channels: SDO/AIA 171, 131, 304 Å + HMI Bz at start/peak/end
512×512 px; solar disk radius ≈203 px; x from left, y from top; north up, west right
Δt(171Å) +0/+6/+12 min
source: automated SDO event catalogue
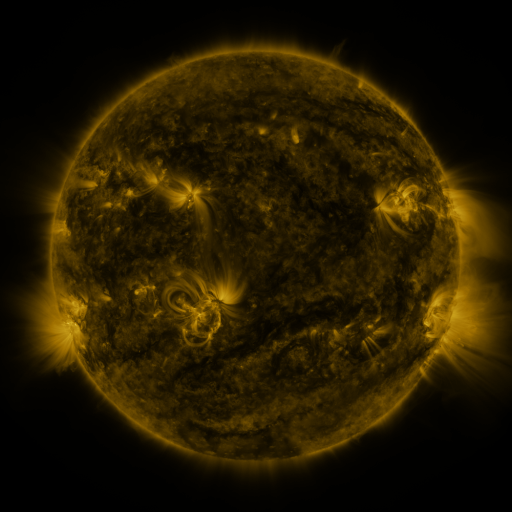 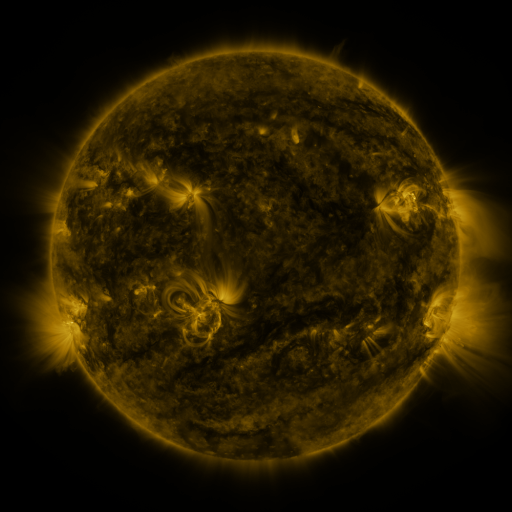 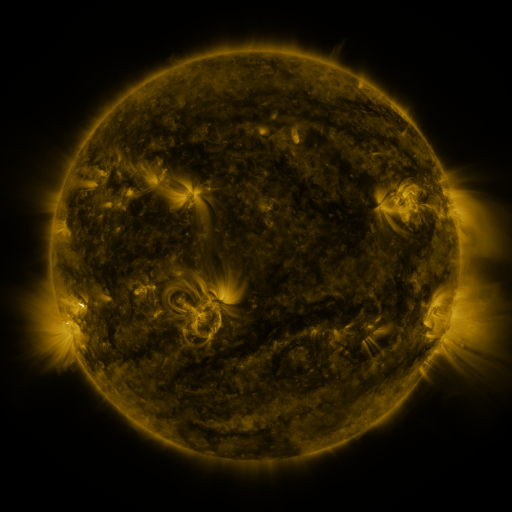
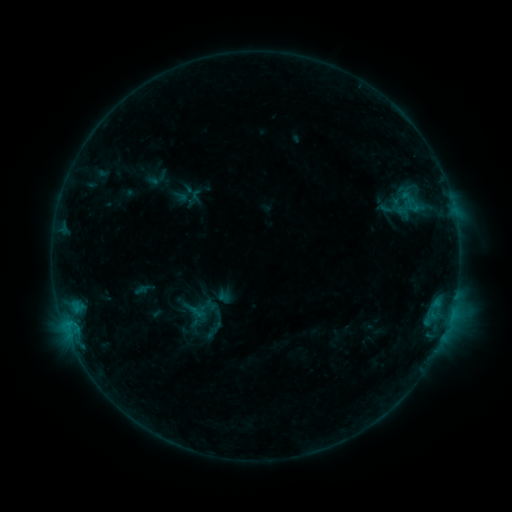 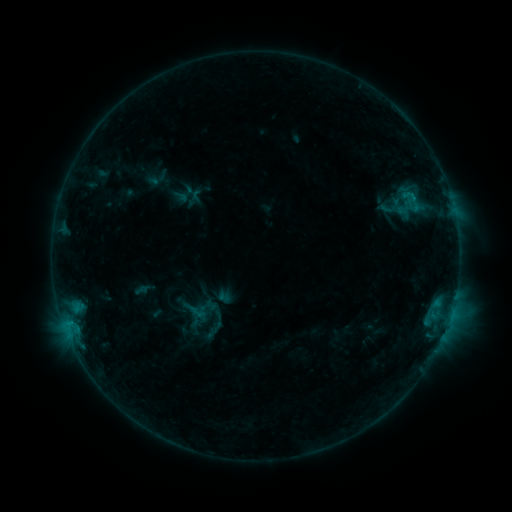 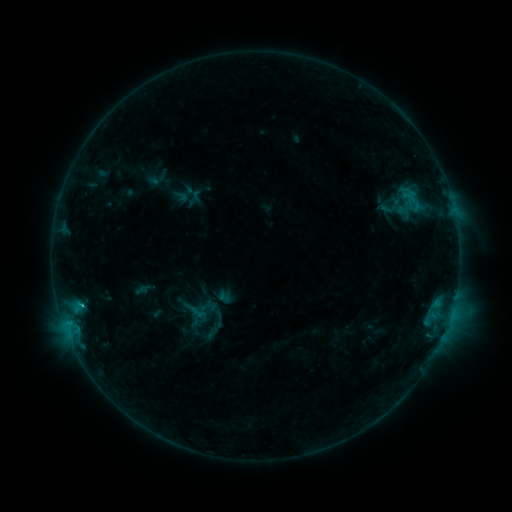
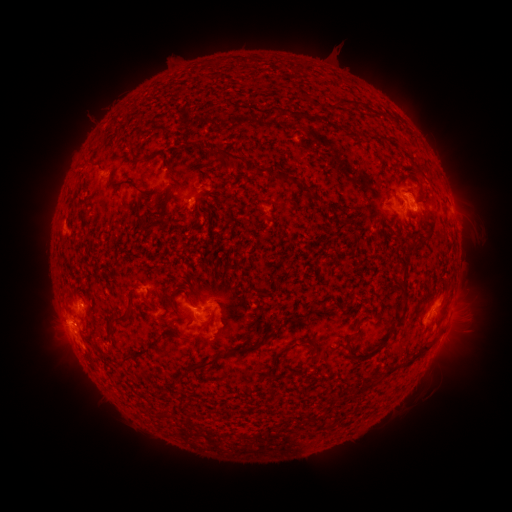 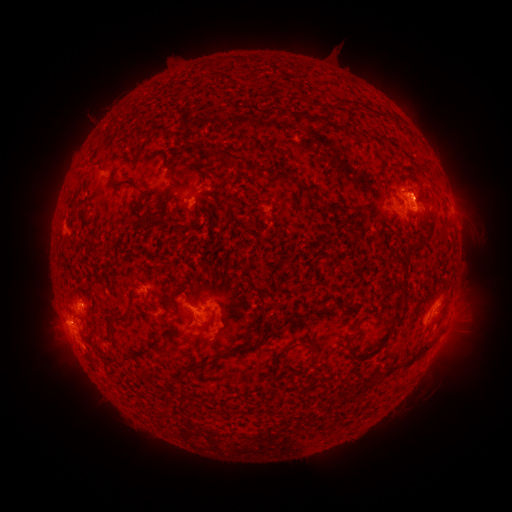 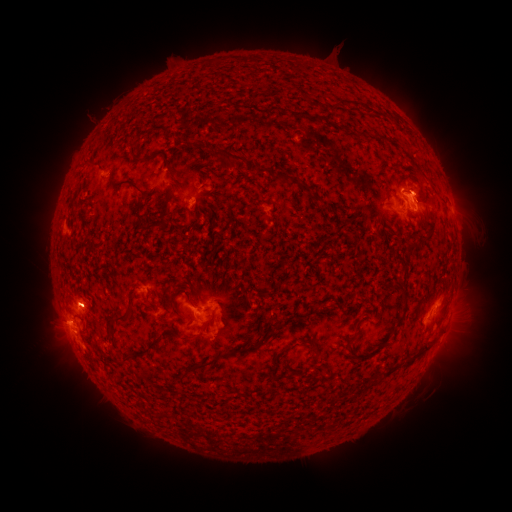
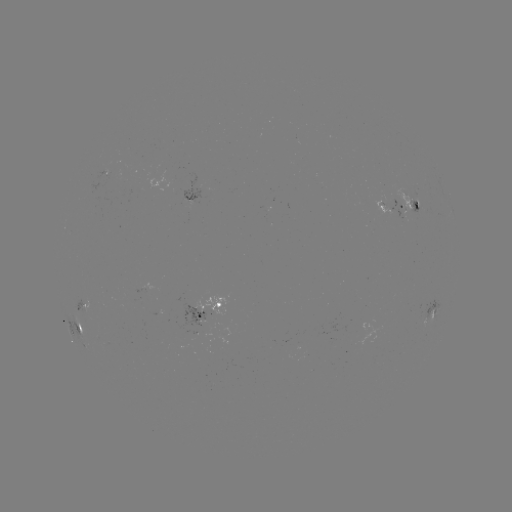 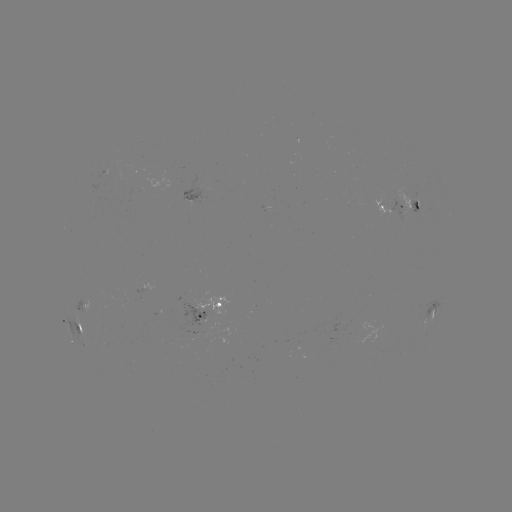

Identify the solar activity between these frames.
eruption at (421, 196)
